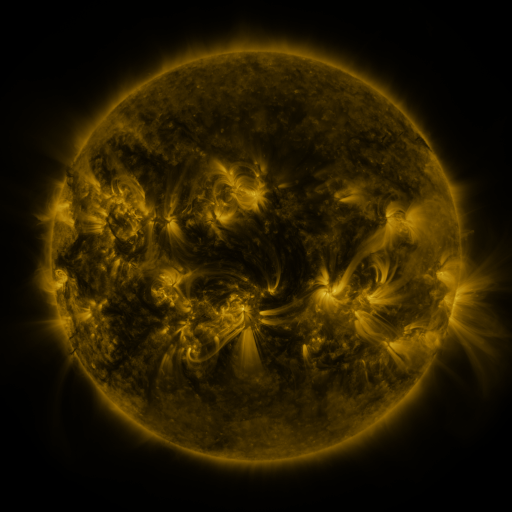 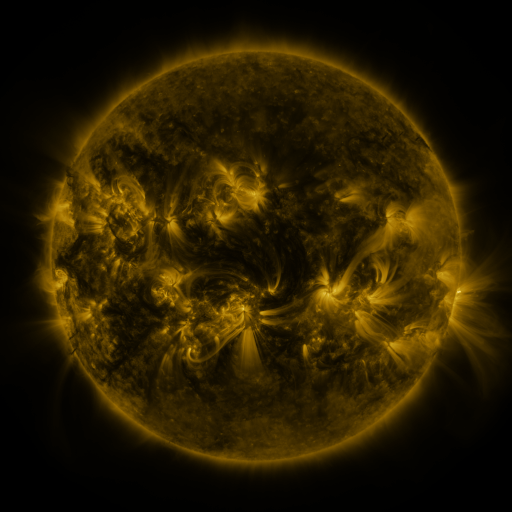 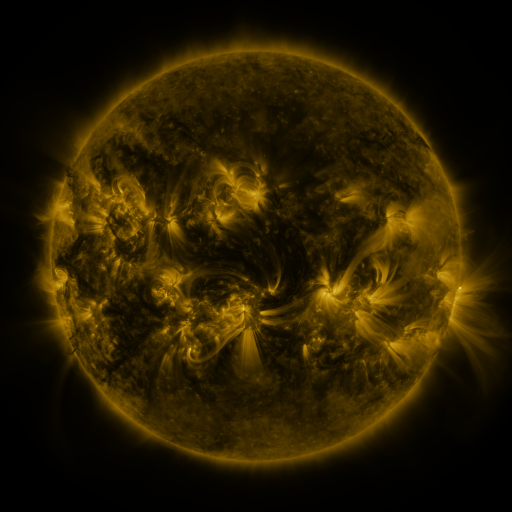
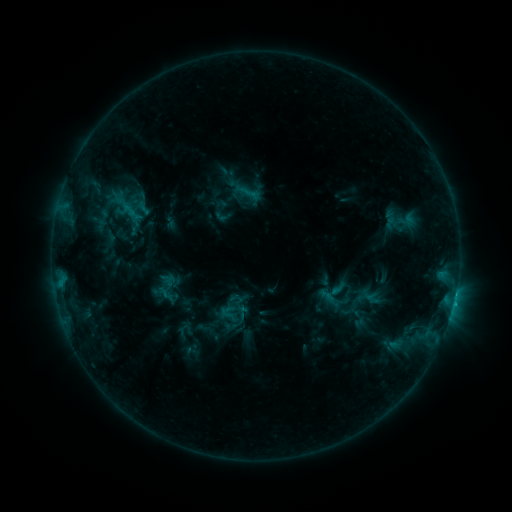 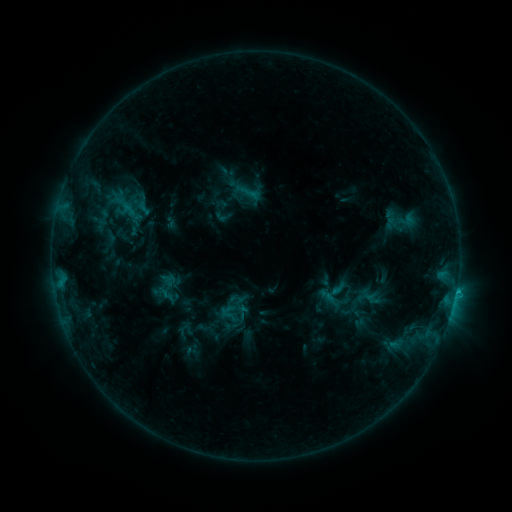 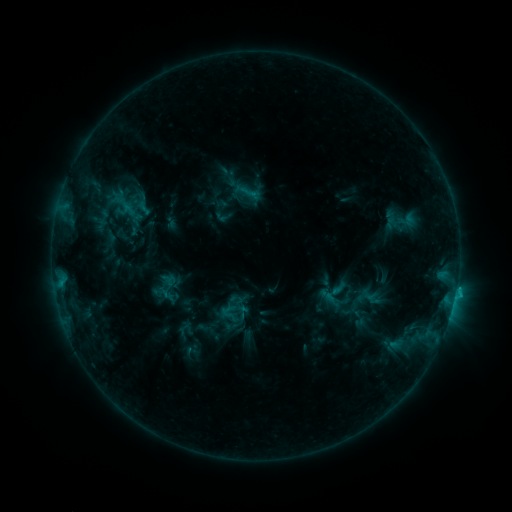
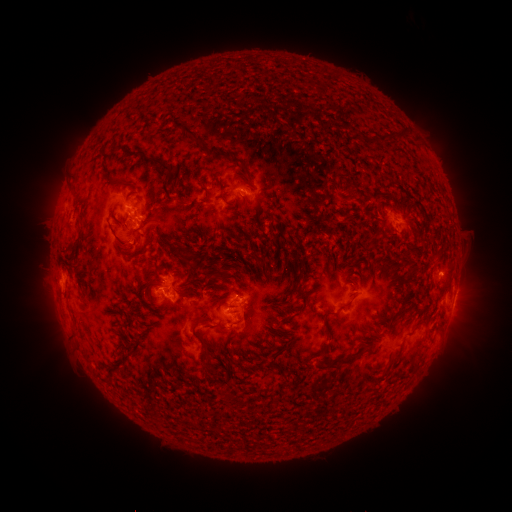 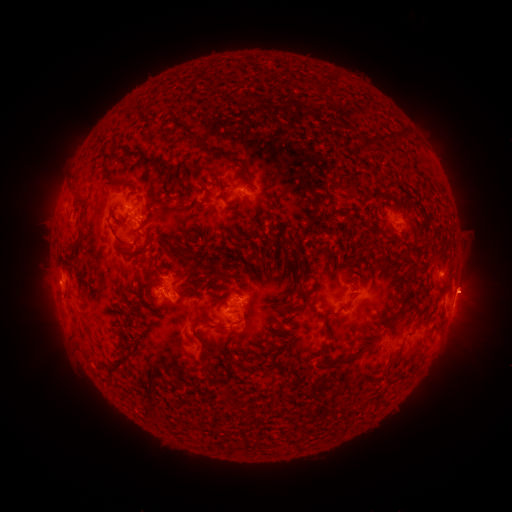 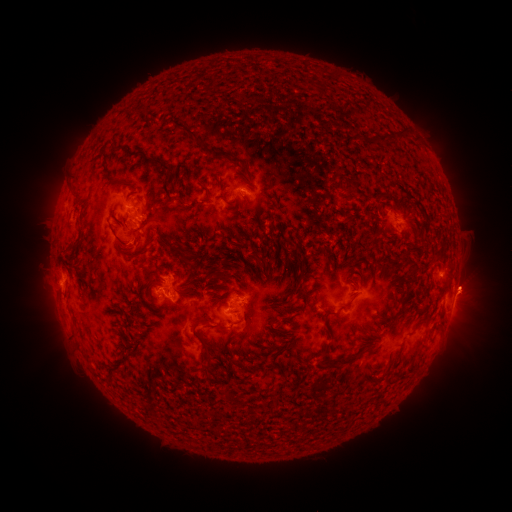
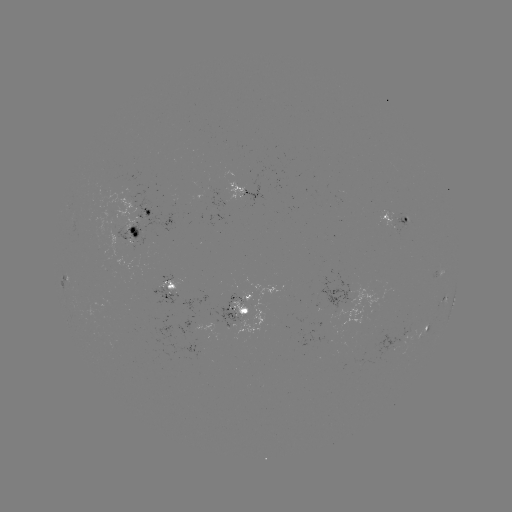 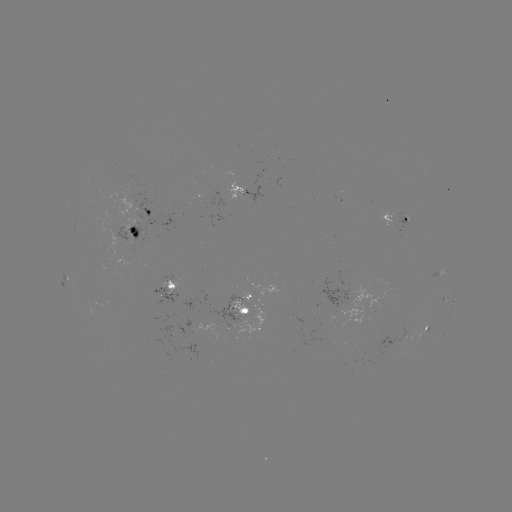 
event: eruption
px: (472, 290)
